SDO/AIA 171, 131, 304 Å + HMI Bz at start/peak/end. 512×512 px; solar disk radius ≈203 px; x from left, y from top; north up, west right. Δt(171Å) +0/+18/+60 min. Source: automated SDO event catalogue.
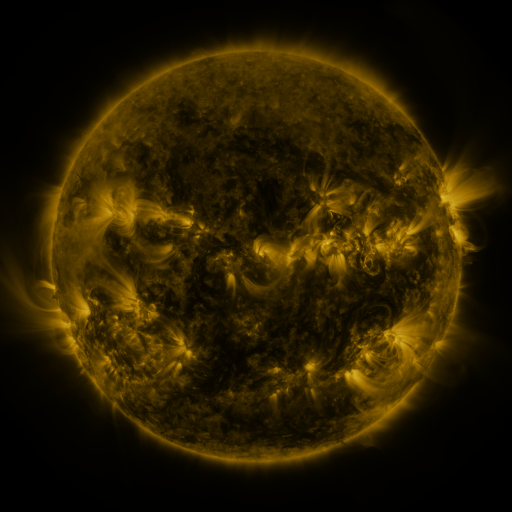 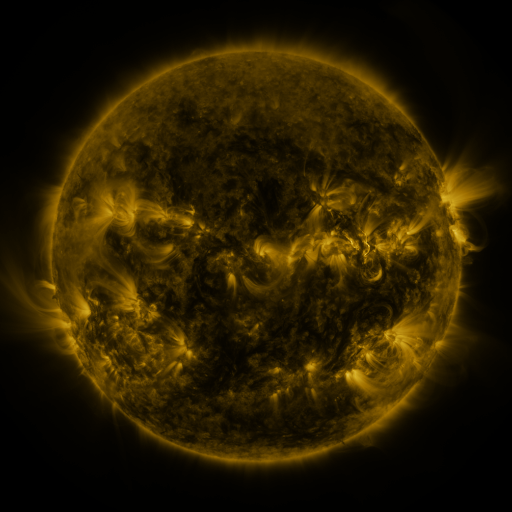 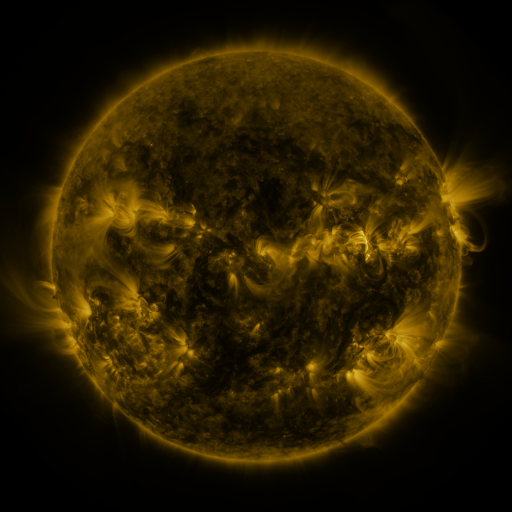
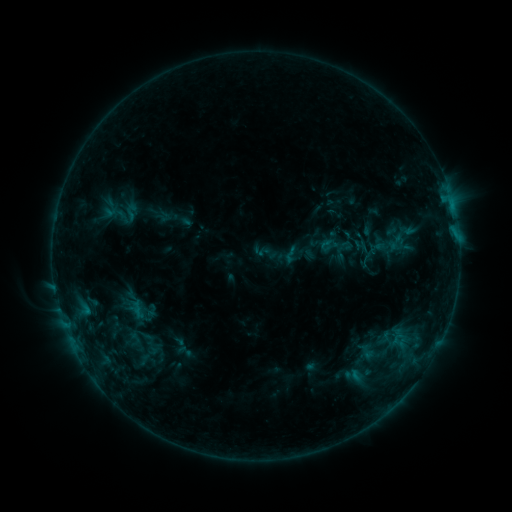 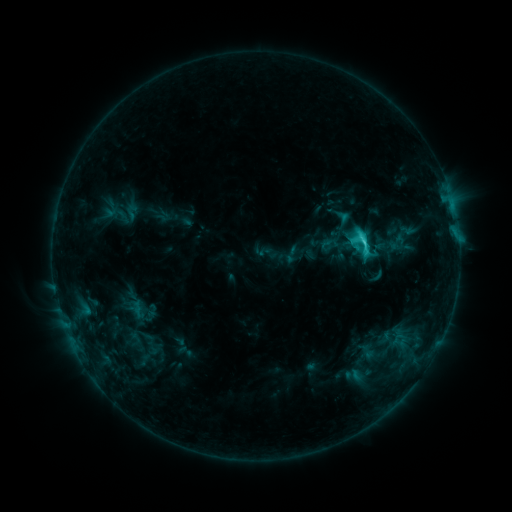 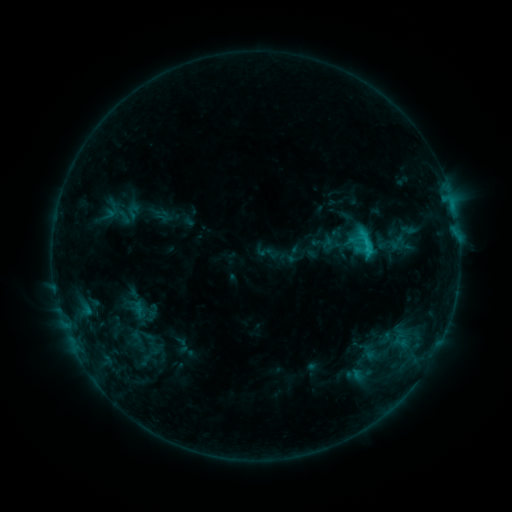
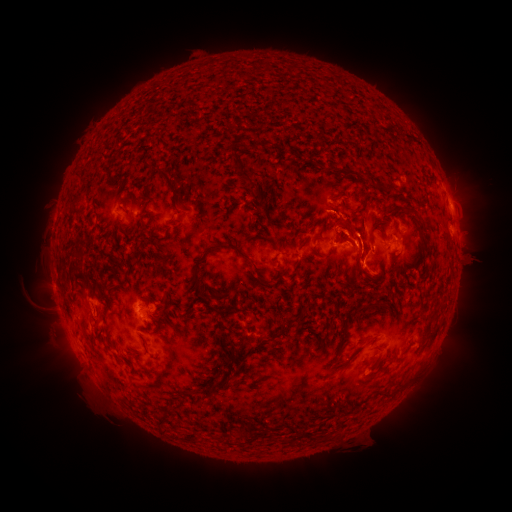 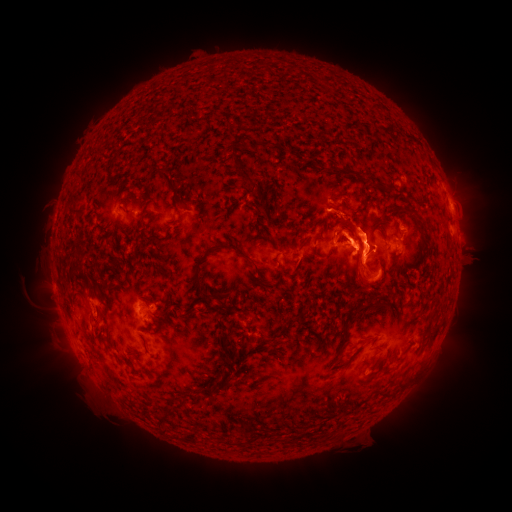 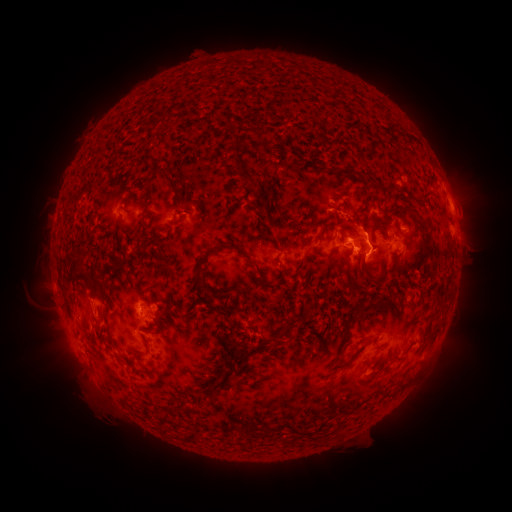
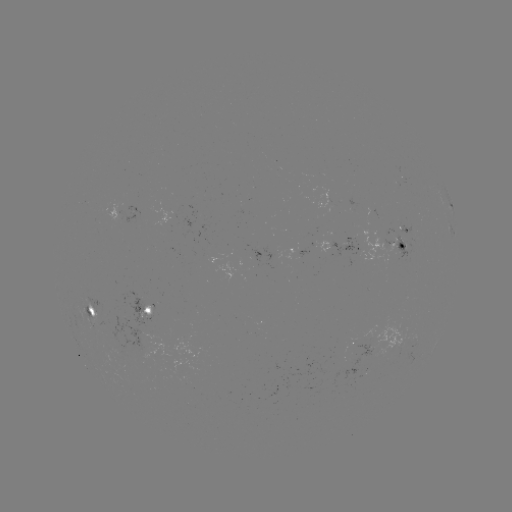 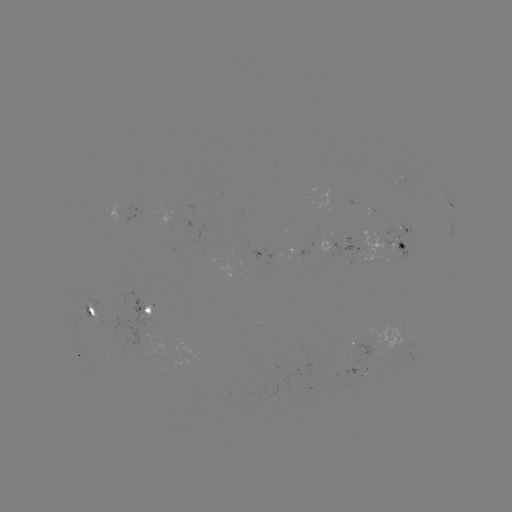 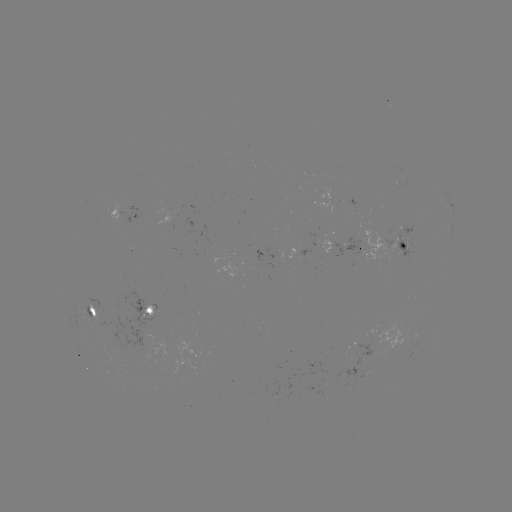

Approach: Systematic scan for C3.7 flare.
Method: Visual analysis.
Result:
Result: C3.7 flare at (362, 244).